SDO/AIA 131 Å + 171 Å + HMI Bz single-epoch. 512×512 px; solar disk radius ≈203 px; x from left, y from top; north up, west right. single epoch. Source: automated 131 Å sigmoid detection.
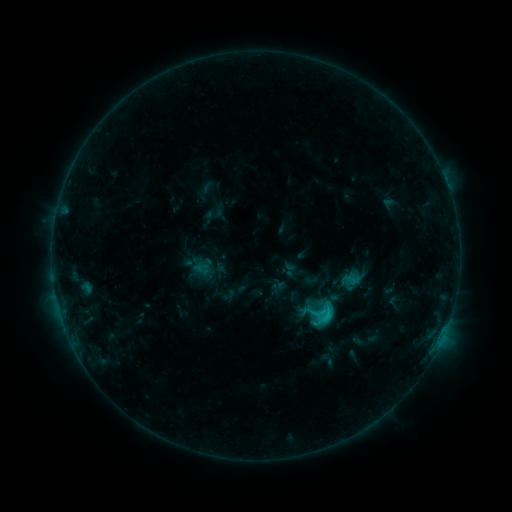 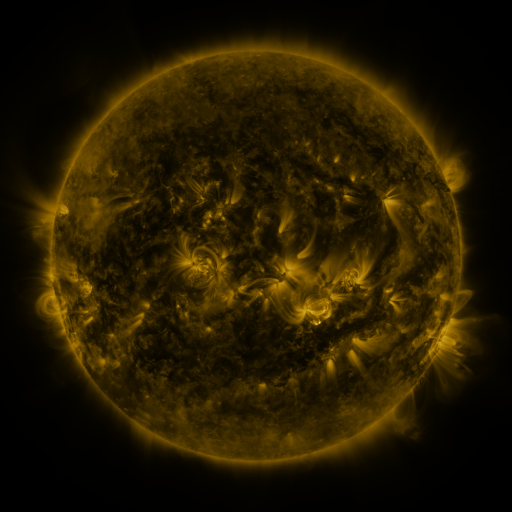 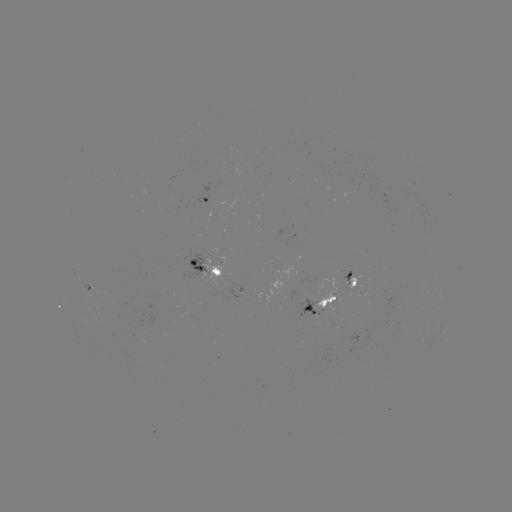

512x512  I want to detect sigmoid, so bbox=[295, 289, 338, 334].